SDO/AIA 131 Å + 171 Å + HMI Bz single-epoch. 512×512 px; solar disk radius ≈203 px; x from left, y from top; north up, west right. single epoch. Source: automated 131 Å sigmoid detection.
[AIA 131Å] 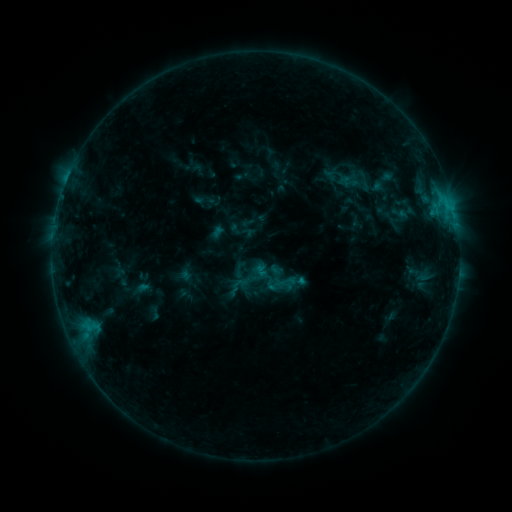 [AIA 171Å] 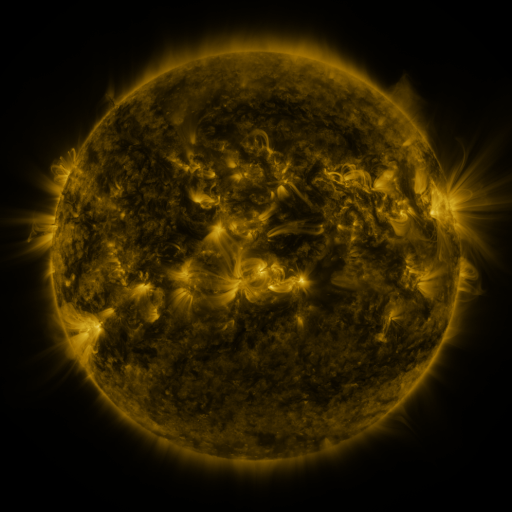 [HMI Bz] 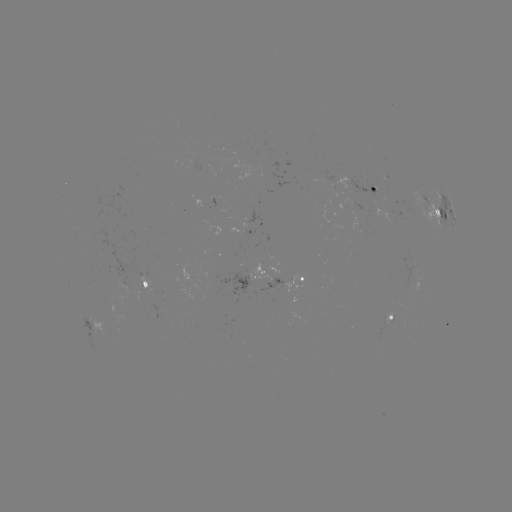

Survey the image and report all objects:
sigmoid: <bbox>240, 261, 266, 287</bbox>
sigmoid: <bbox>276, 271, 295, 291</bbox>
